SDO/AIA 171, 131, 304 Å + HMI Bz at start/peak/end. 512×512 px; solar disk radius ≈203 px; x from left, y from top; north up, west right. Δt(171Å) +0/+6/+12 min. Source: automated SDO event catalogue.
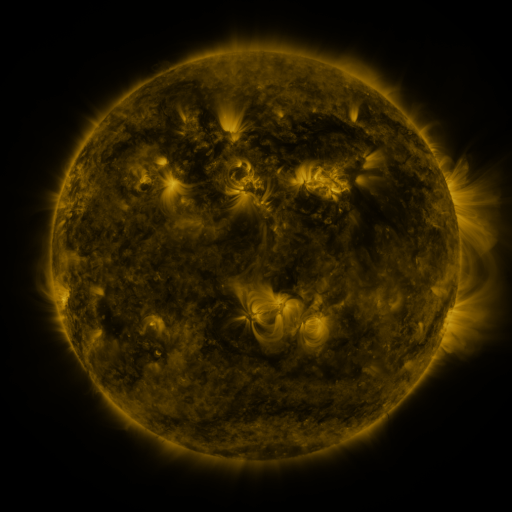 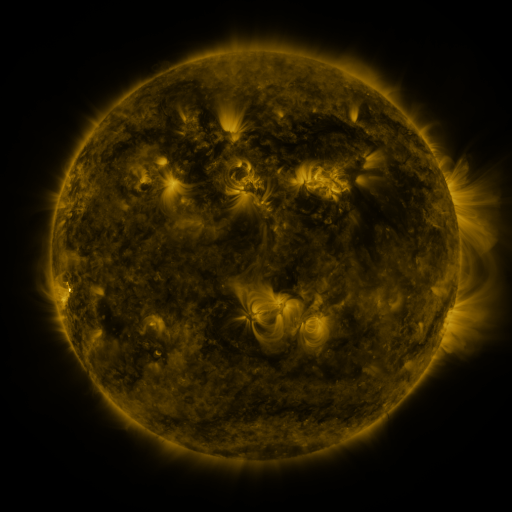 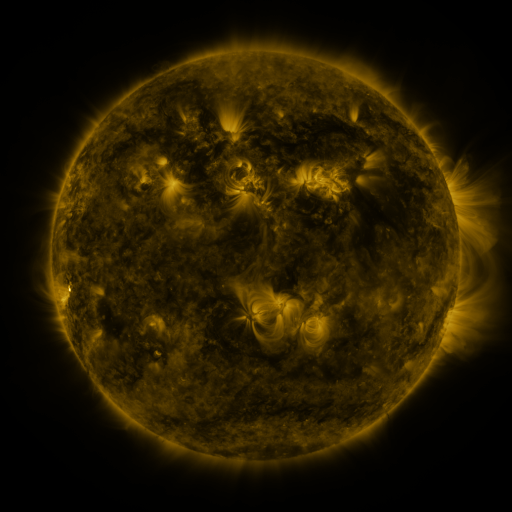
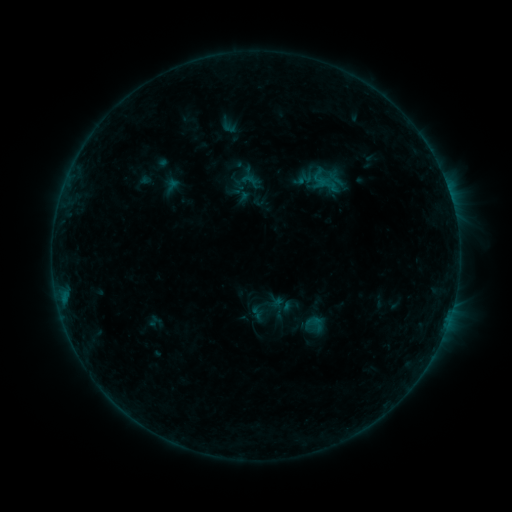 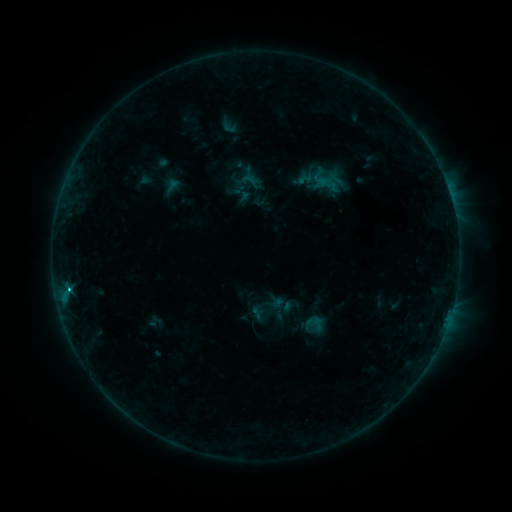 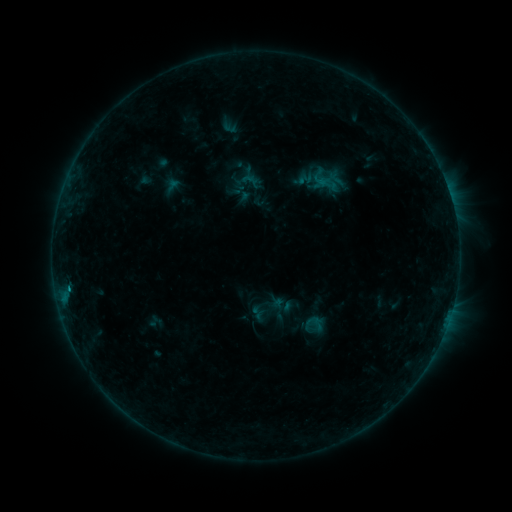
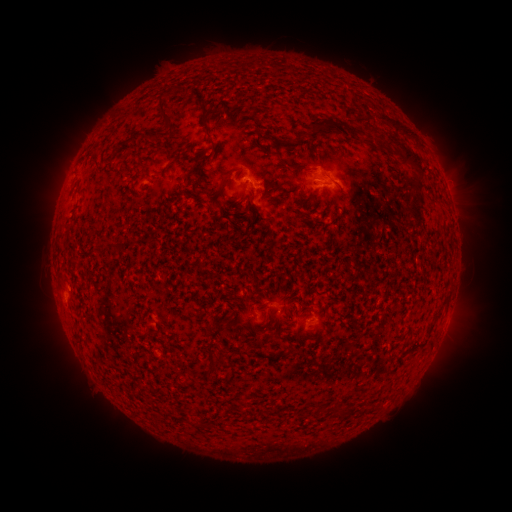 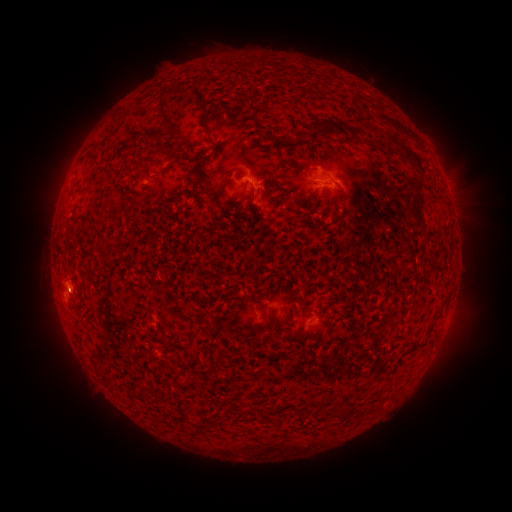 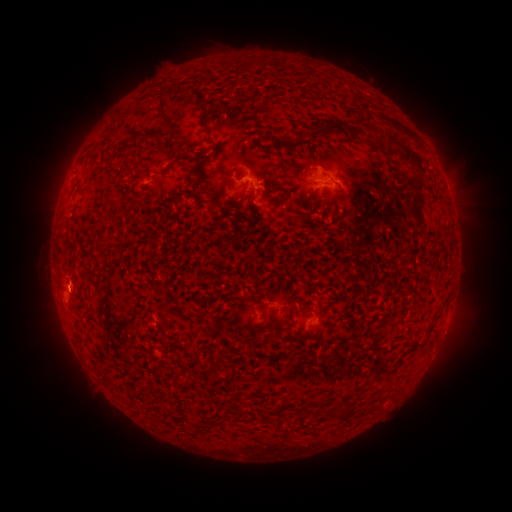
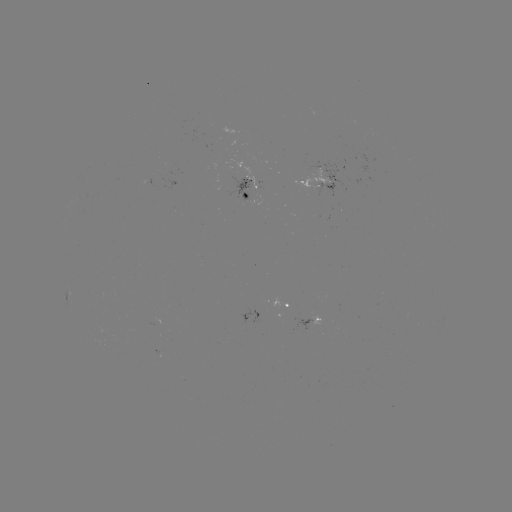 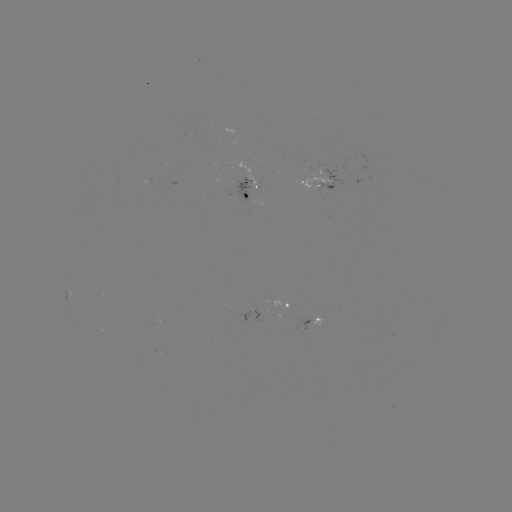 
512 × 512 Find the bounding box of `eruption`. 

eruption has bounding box [35, 249, 92, 298].